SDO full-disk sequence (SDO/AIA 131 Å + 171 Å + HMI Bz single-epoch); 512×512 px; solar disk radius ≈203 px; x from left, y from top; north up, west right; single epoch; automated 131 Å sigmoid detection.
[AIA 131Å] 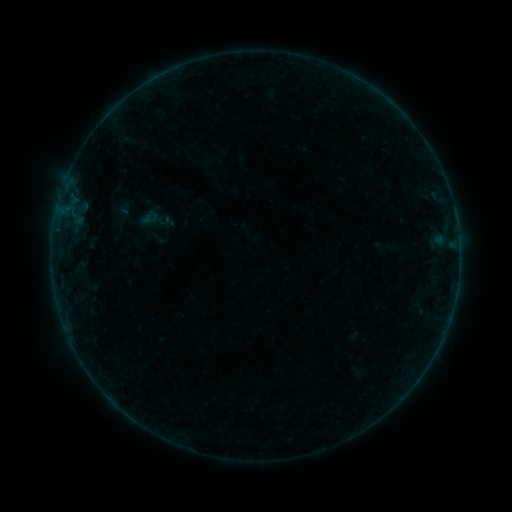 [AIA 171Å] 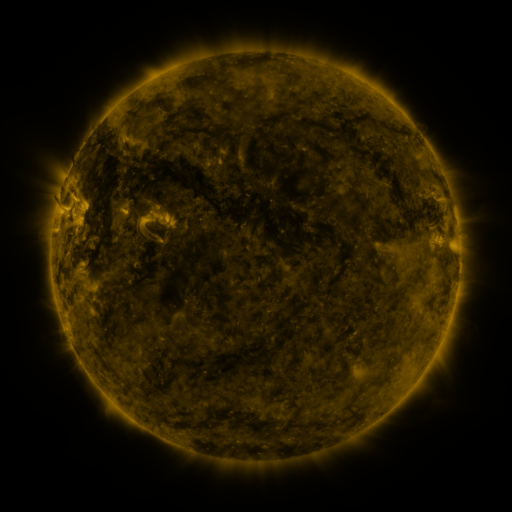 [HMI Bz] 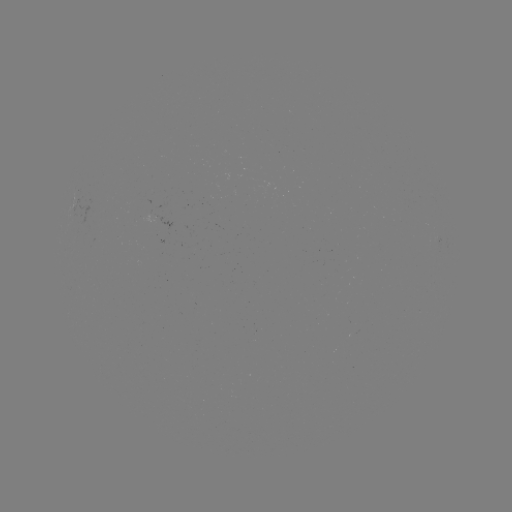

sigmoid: [139, 202, 173, 238]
